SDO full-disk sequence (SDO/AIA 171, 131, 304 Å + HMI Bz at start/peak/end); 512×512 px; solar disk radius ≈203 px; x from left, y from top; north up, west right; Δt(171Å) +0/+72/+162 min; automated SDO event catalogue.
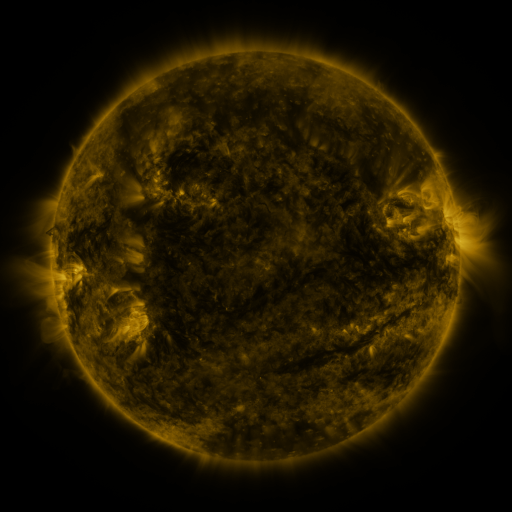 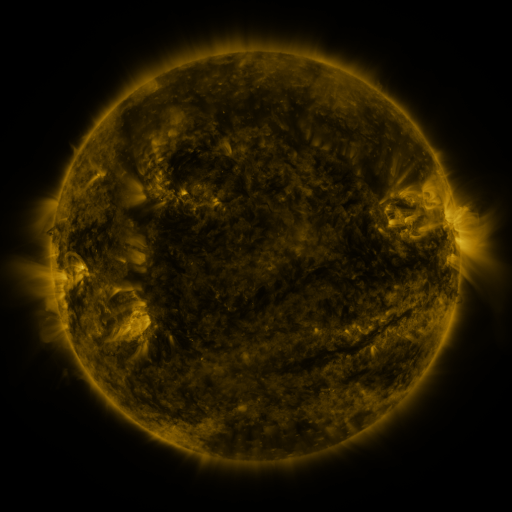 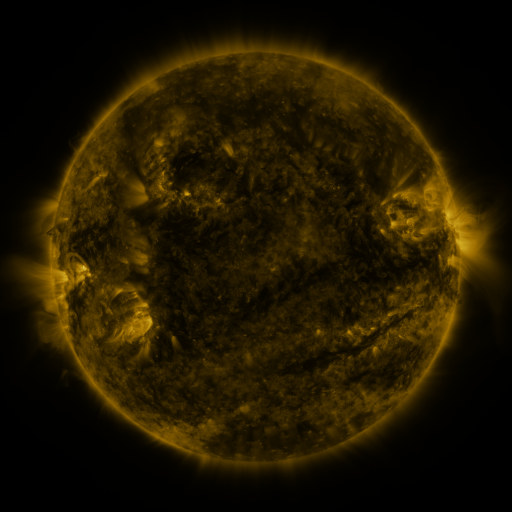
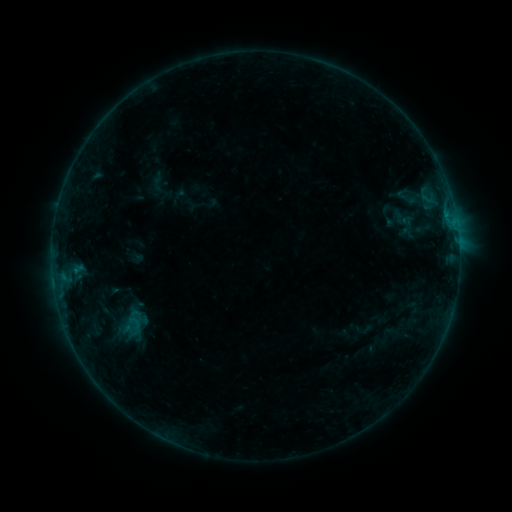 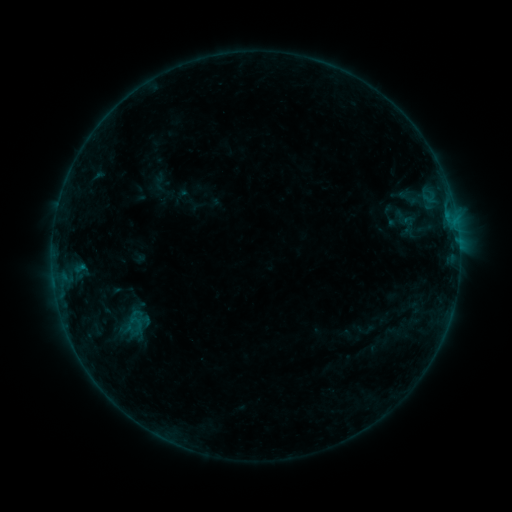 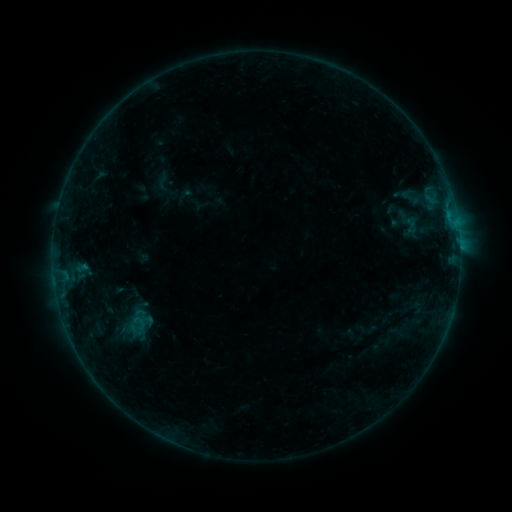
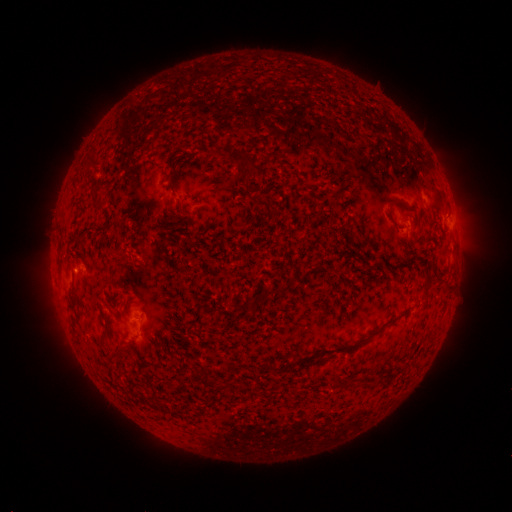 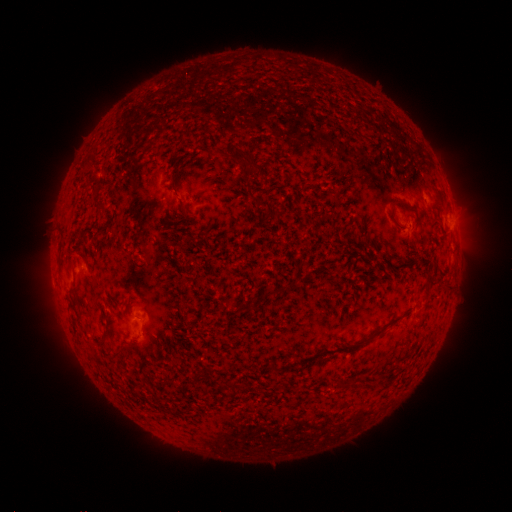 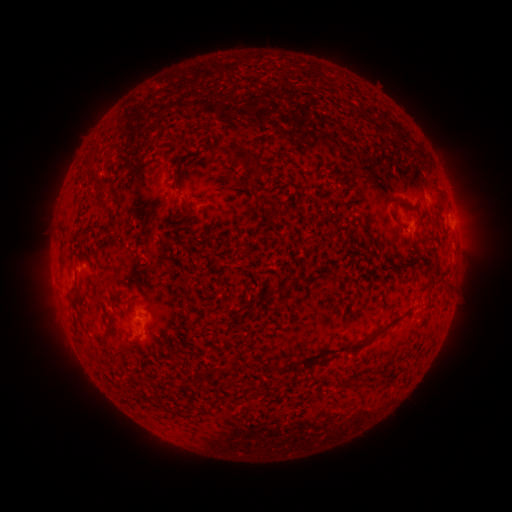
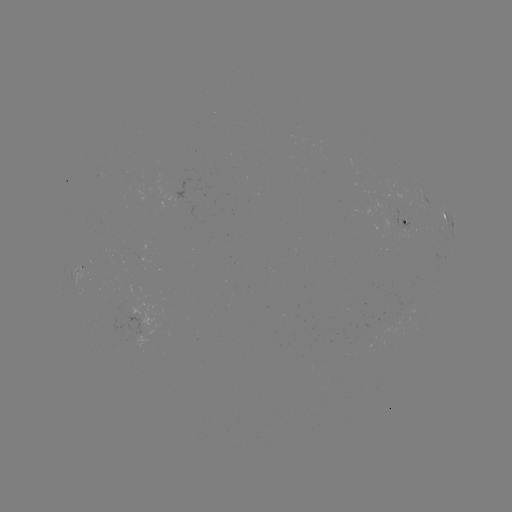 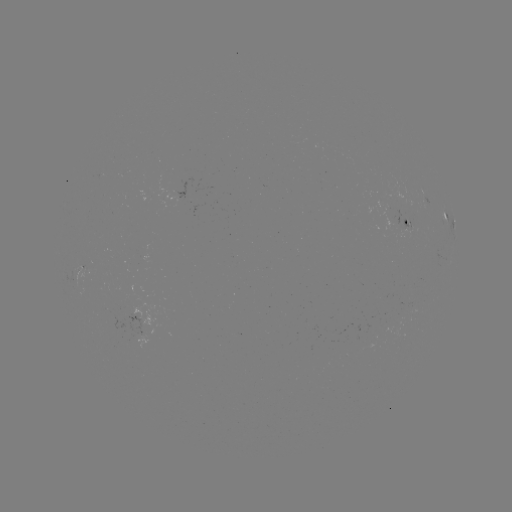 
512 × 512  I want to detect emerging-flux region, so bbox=[382, 208, 403, 233].